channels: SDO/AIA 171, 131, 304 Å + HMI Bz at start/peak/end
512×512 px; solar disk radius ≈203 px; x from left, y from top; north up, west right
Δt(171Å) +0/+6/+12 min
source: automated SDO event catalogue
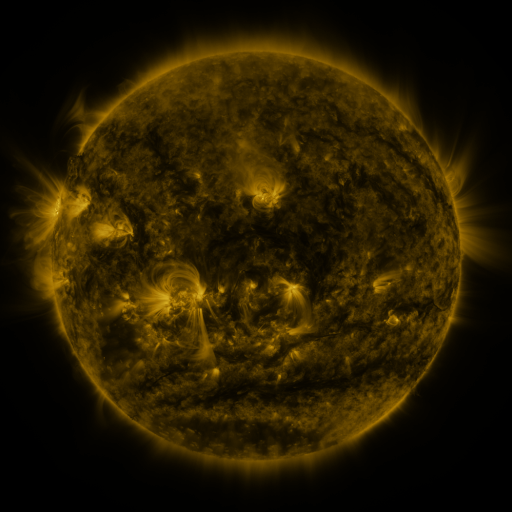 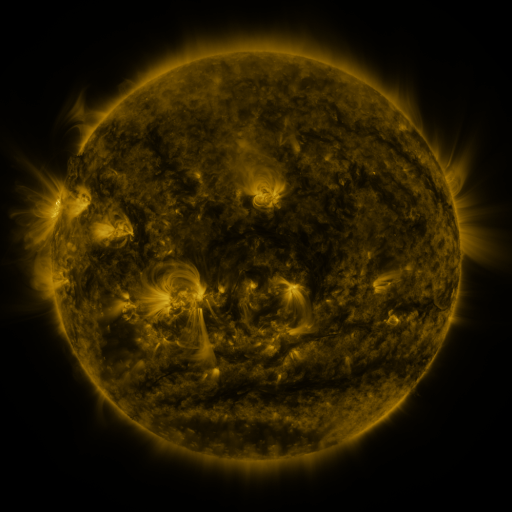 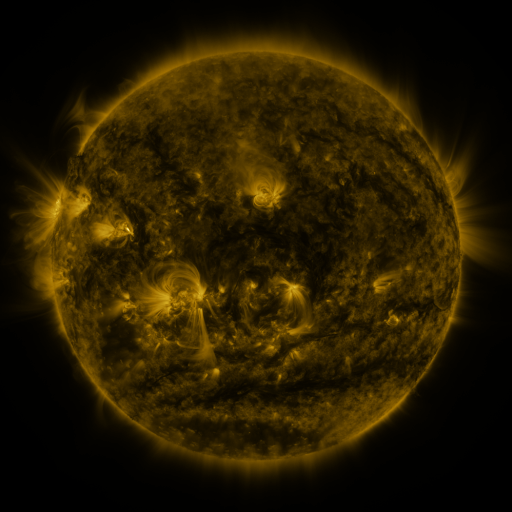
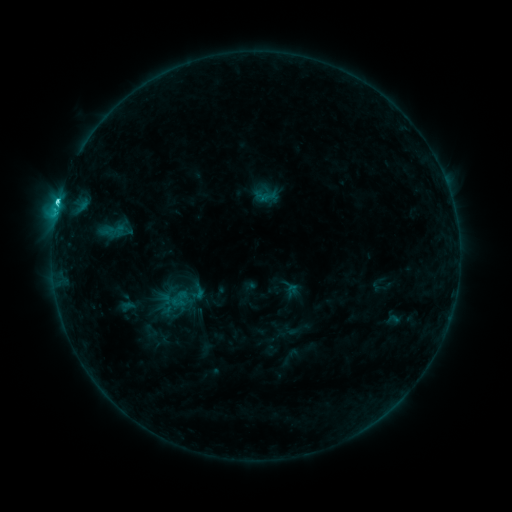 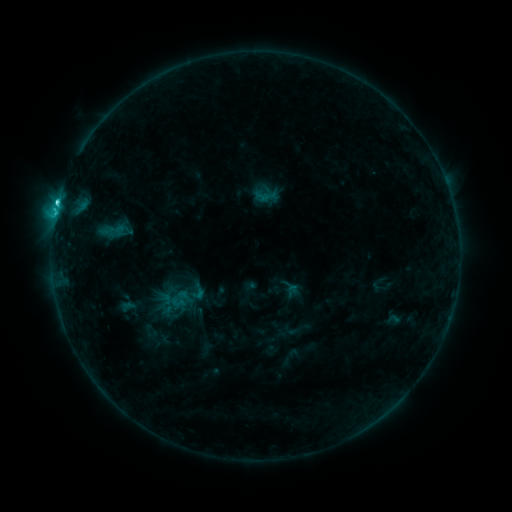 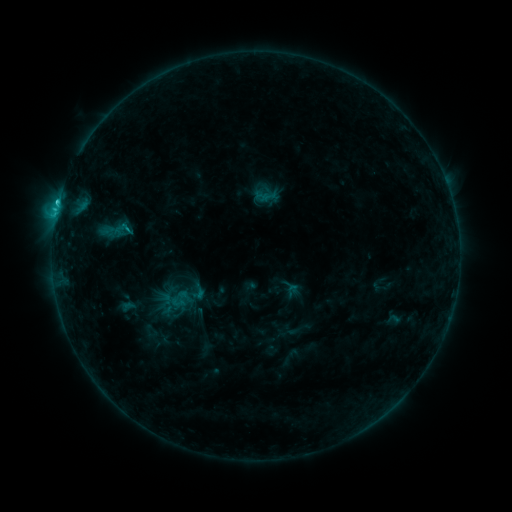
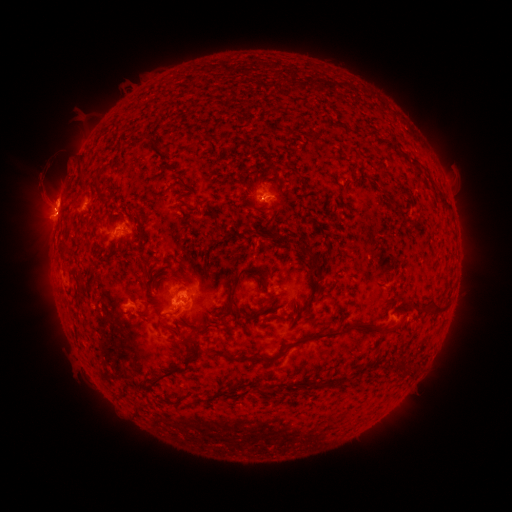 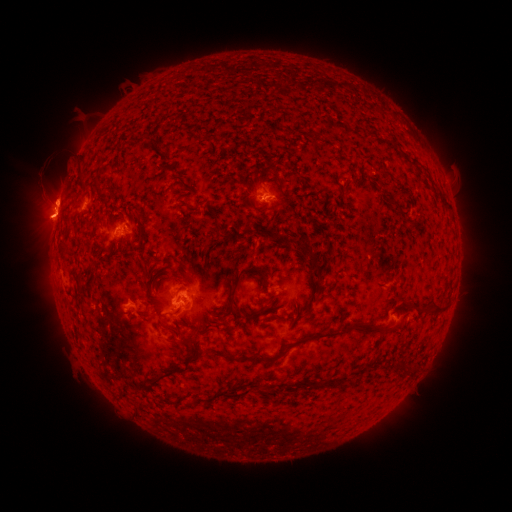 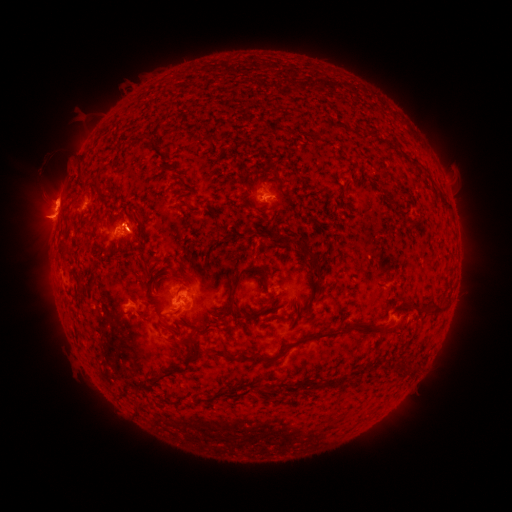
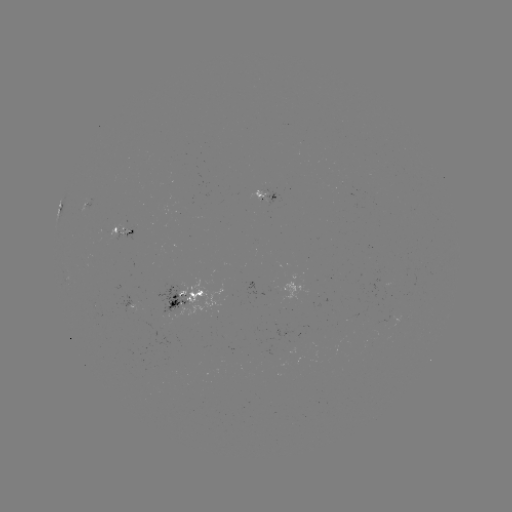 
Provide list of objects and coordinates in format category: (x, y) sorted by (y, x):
eruption: (49, 221)
